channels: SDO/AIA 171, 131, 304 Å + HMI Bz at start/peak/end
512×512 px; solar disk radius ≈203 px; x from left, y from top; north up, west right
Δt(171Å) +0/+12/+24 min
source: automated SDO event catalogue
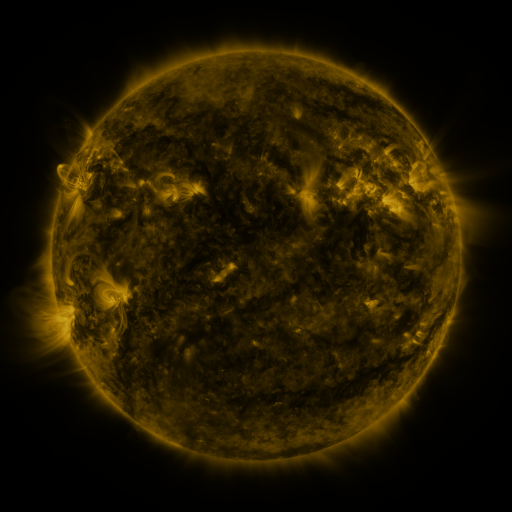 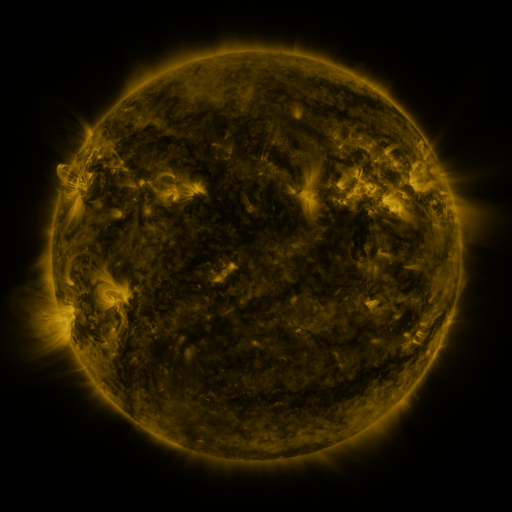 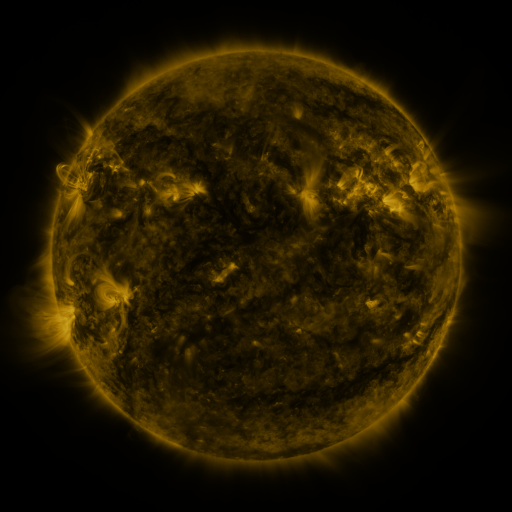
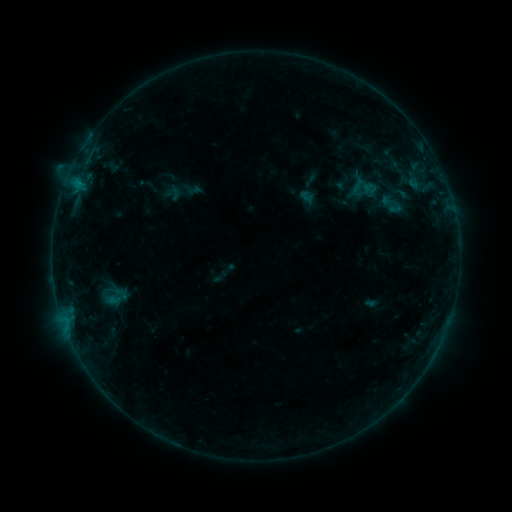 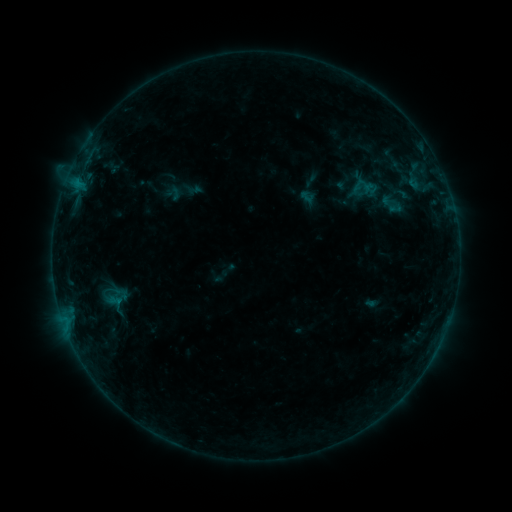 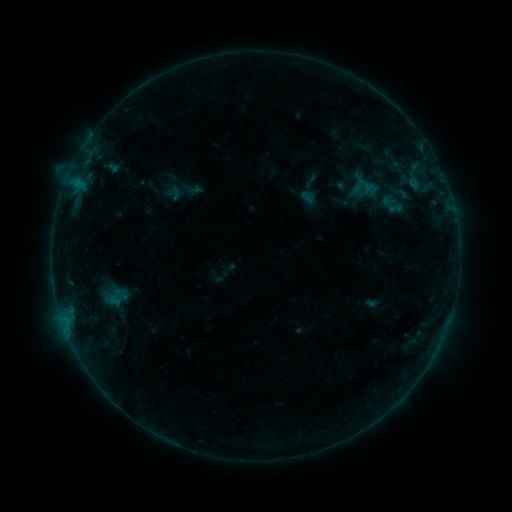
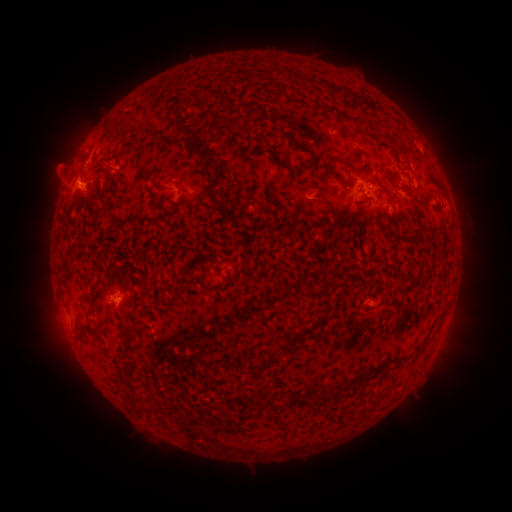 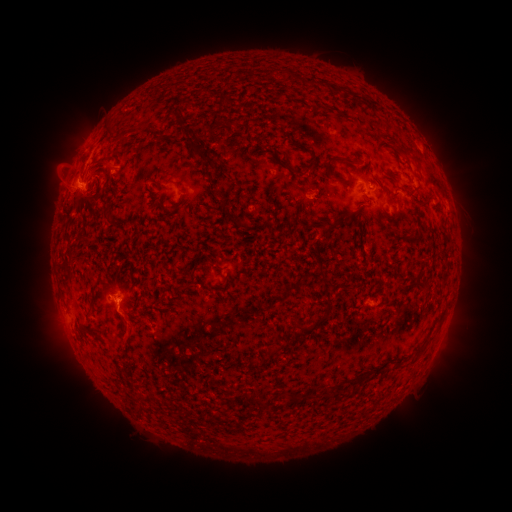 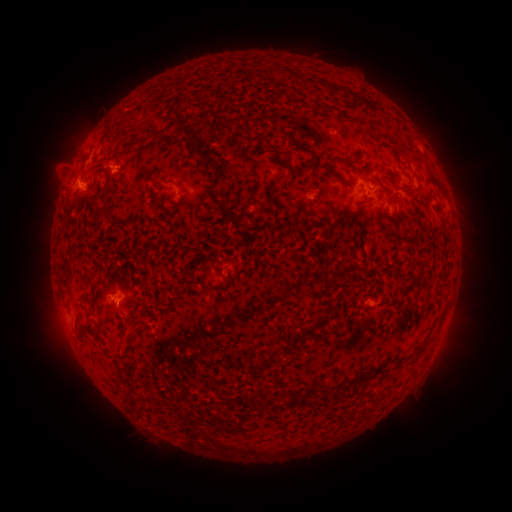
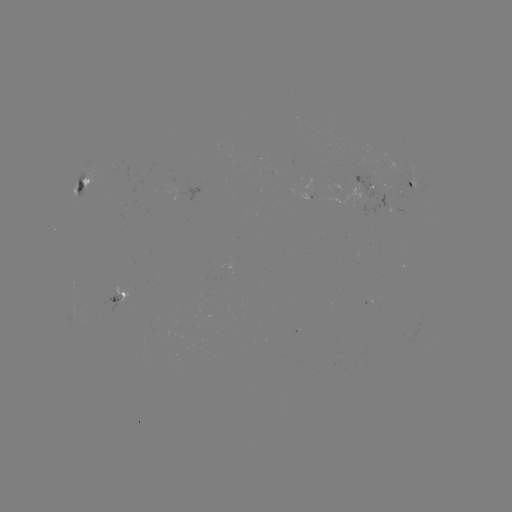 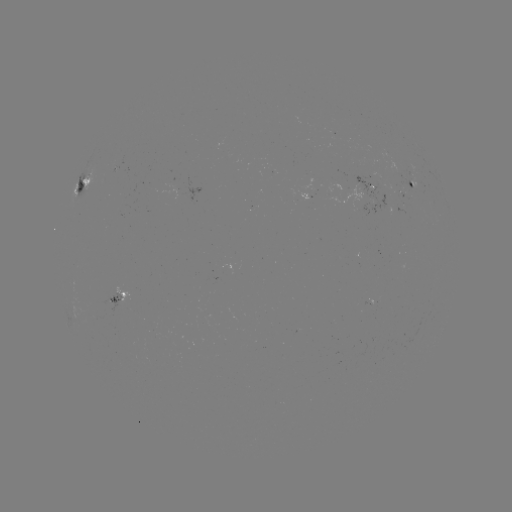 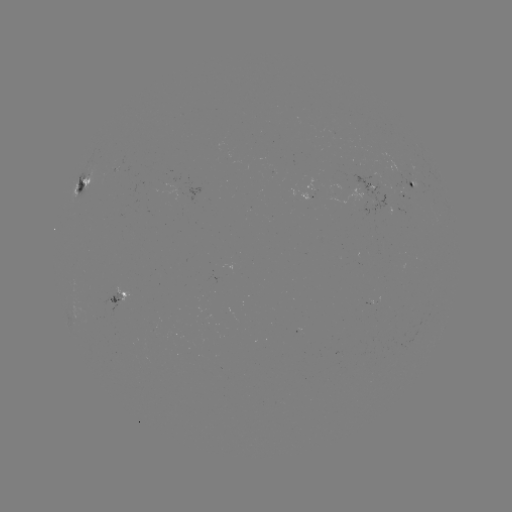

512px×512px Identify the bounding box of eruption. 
[103, 302, 150, 350].